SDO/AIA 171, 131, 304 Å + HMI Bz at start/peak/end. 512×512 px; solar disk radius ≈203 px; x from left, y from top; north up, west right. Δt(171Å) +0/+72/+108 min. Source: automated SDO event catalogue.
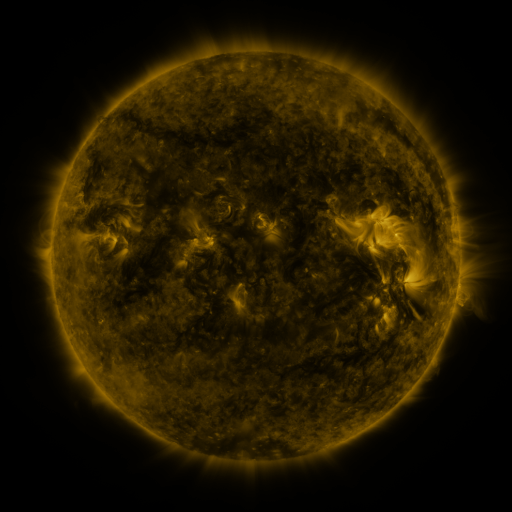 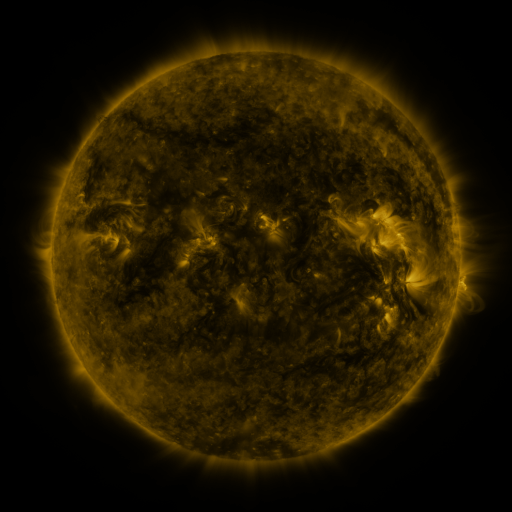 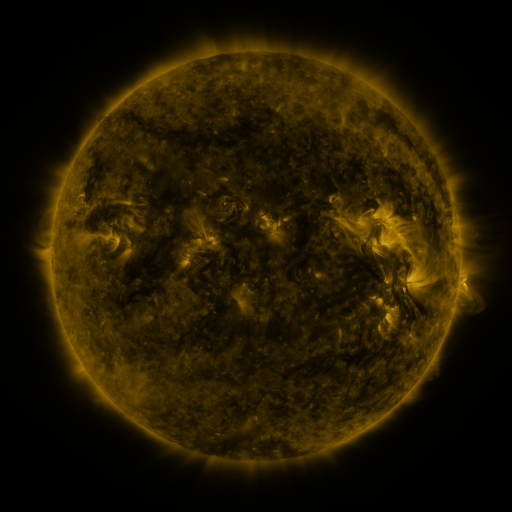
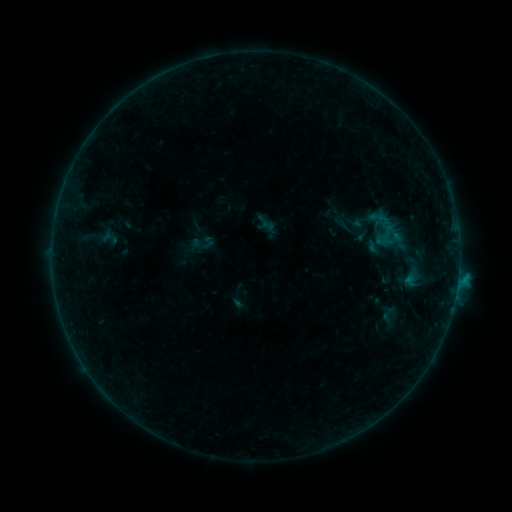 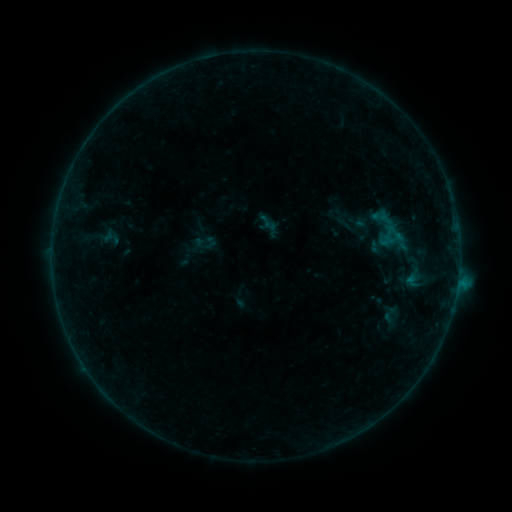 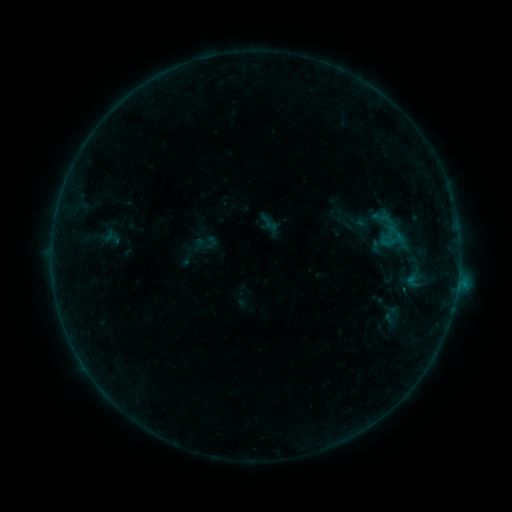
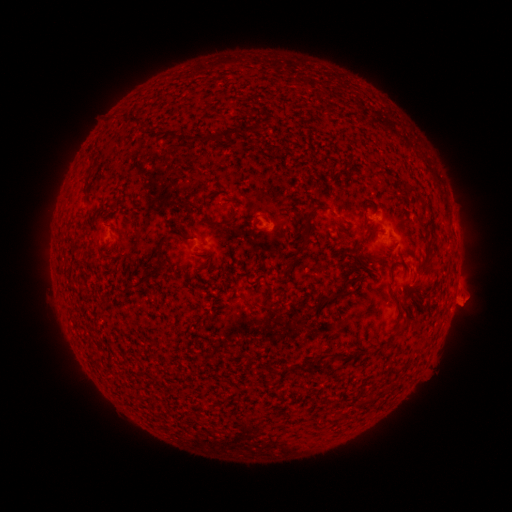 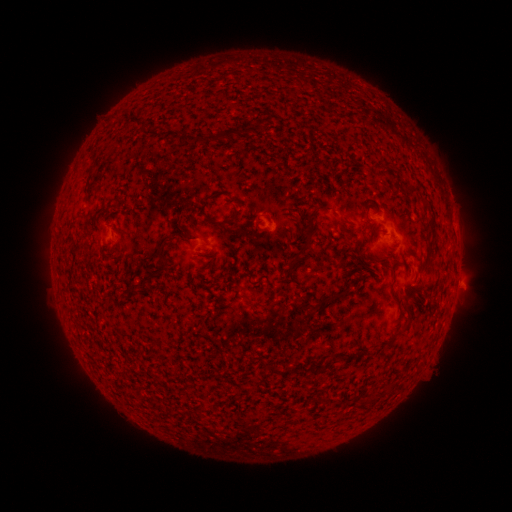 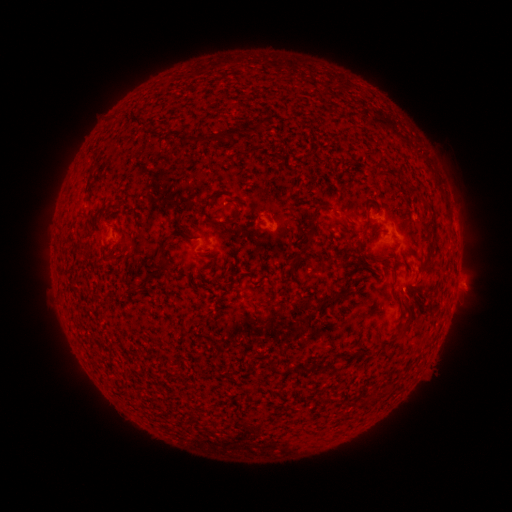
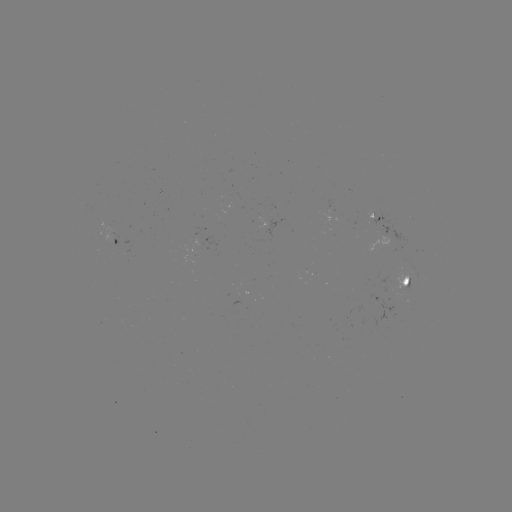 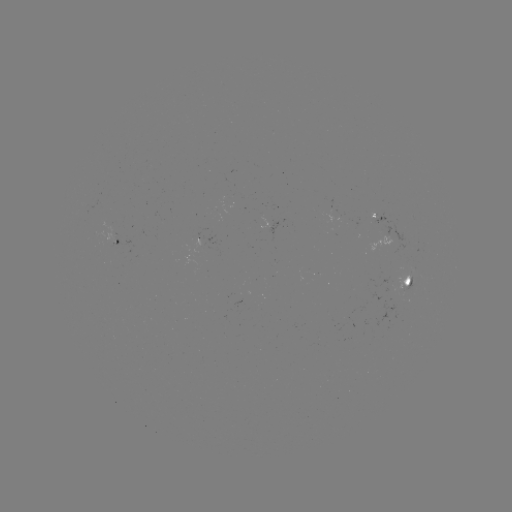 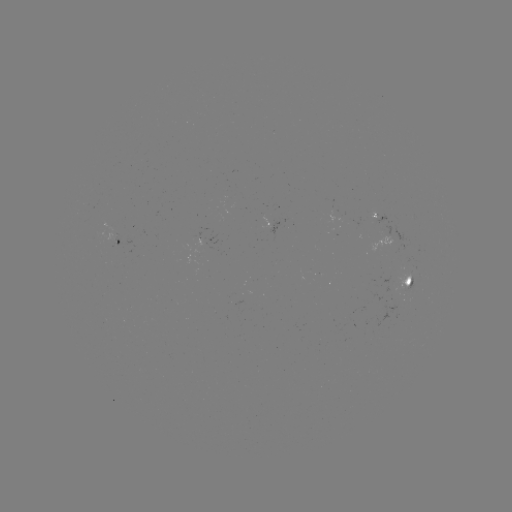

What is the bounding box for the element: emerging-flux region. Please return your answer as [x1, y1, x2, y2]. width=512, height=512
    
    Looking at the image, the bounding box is [86, 202, 109, 240].